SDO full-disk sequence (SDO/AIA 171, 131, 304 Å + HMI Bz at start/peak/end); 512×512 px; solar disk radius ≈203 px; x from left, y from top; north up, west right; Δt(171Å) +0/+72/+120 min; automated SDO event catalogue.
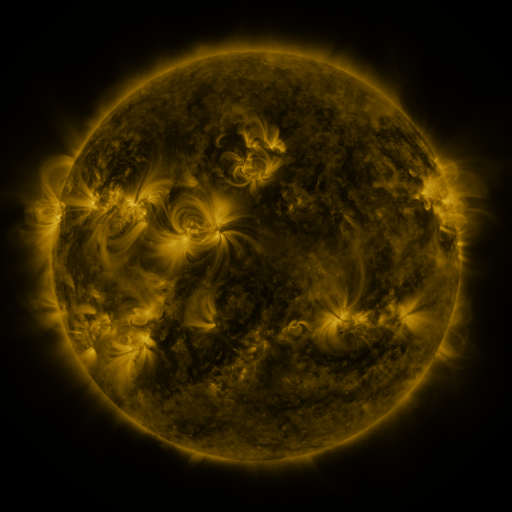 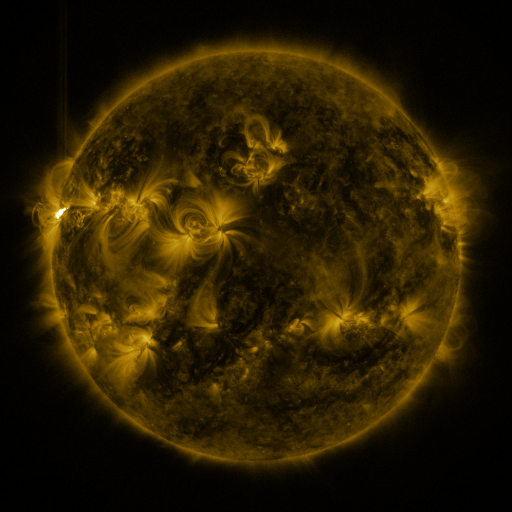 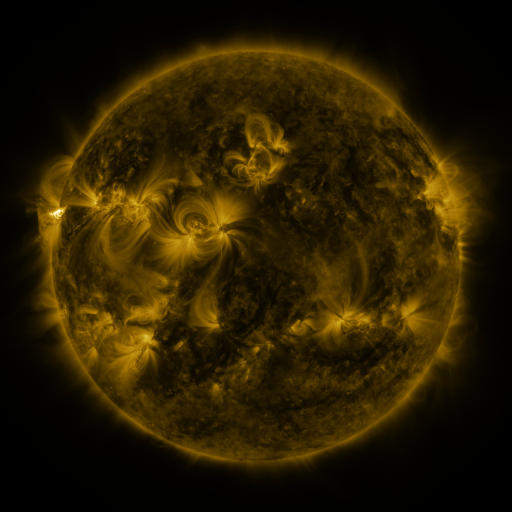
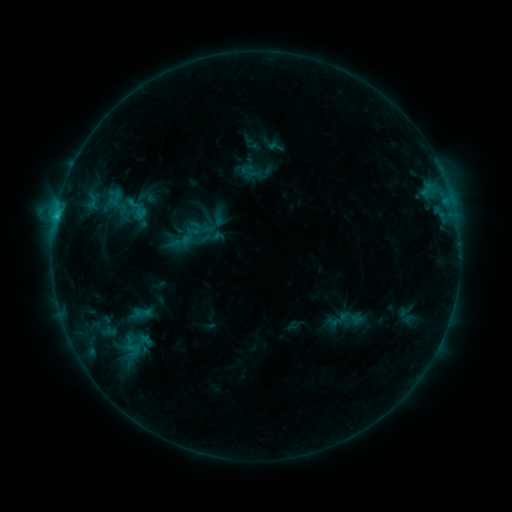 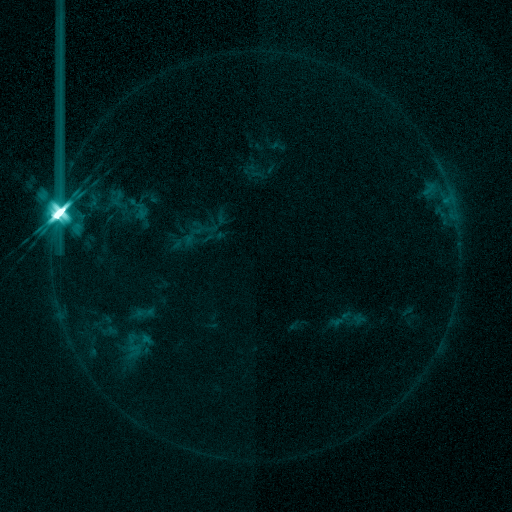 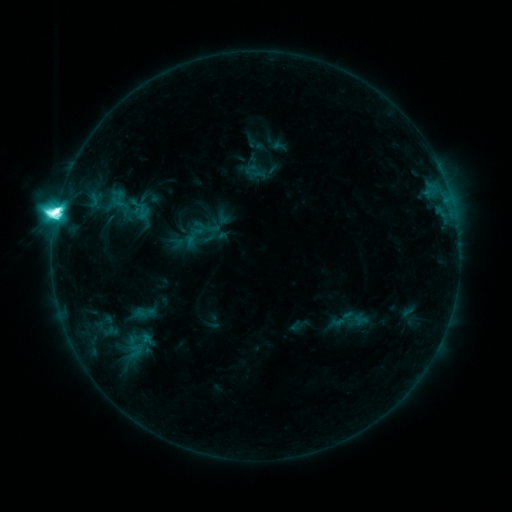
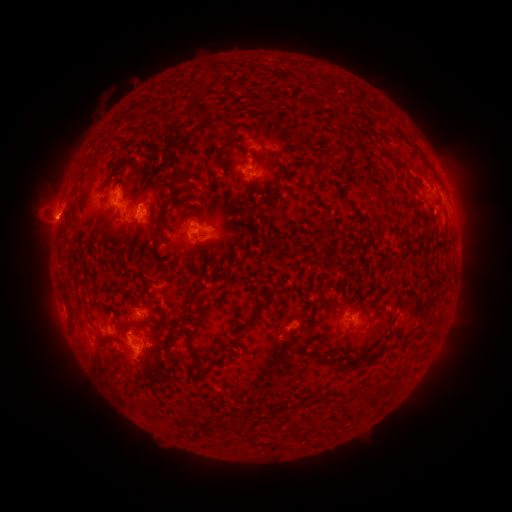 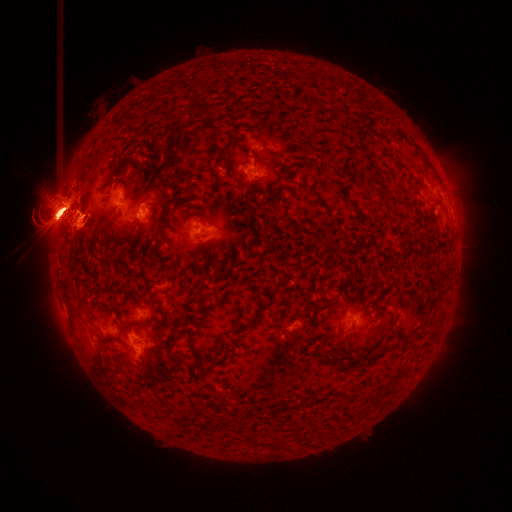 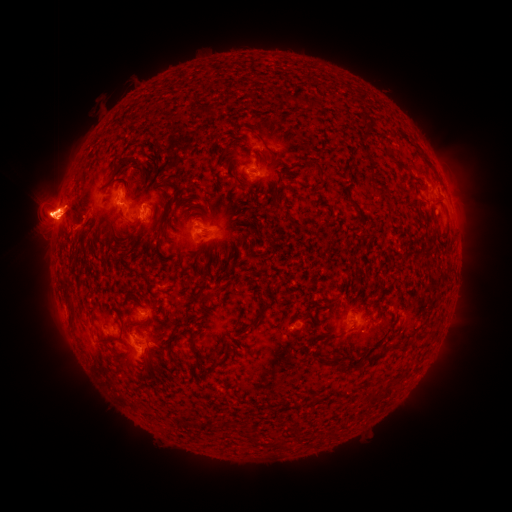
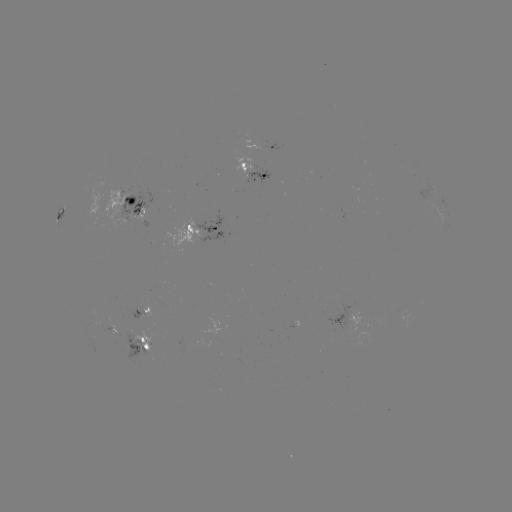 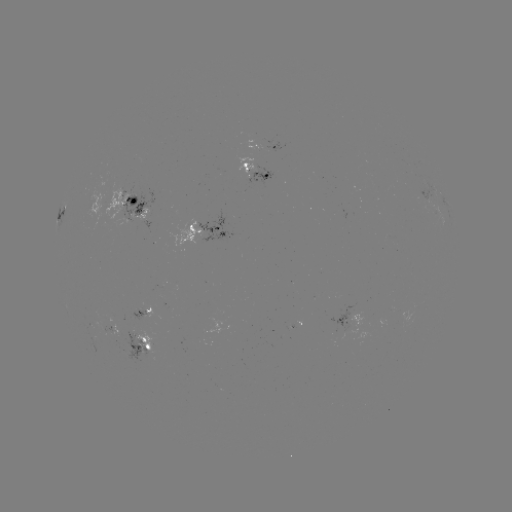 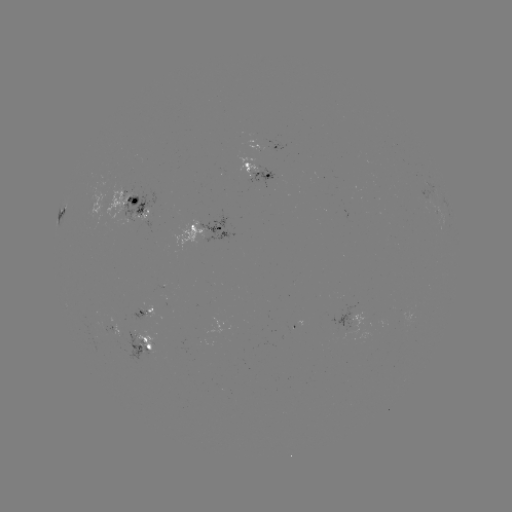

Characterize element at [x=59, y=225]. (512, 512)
X3.2 flare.